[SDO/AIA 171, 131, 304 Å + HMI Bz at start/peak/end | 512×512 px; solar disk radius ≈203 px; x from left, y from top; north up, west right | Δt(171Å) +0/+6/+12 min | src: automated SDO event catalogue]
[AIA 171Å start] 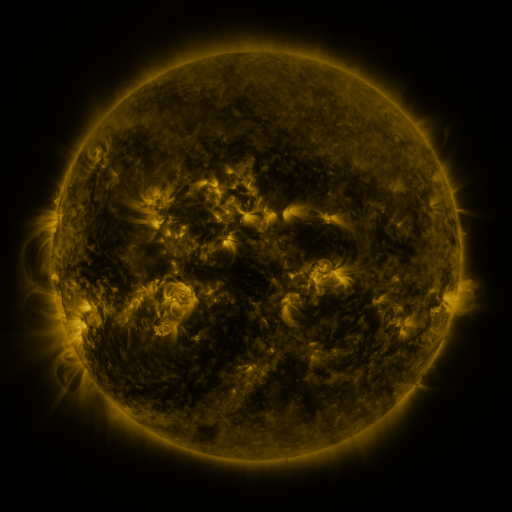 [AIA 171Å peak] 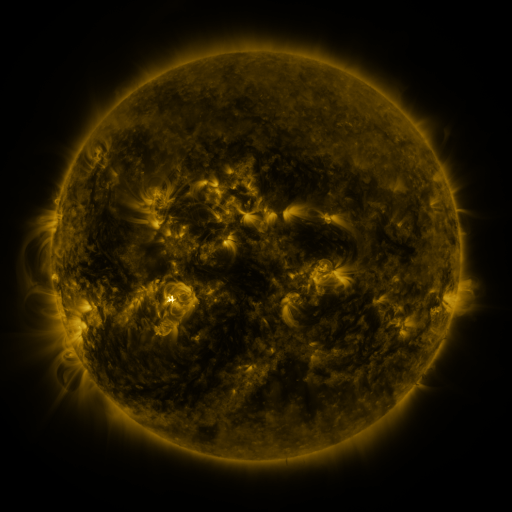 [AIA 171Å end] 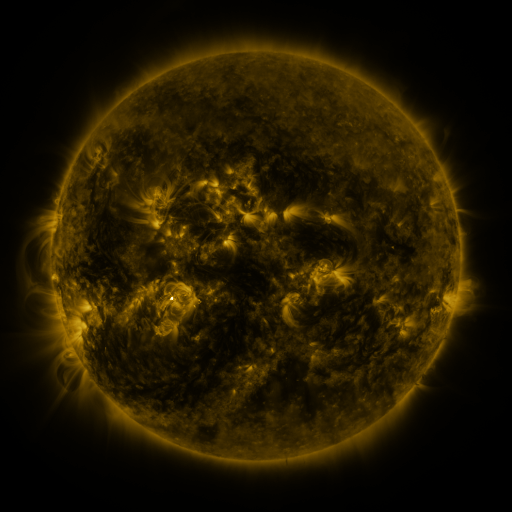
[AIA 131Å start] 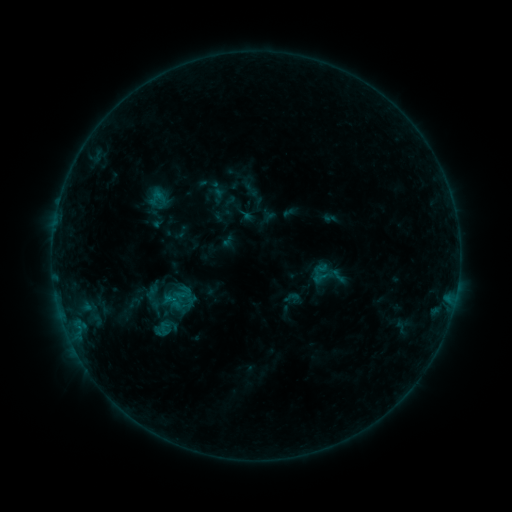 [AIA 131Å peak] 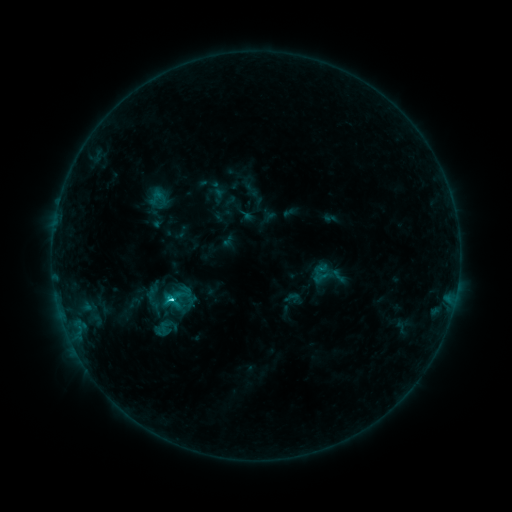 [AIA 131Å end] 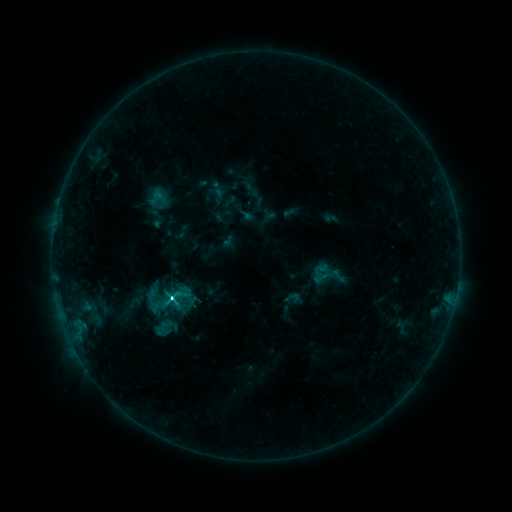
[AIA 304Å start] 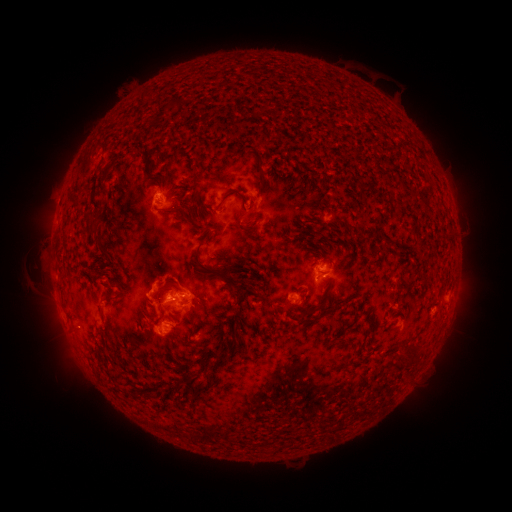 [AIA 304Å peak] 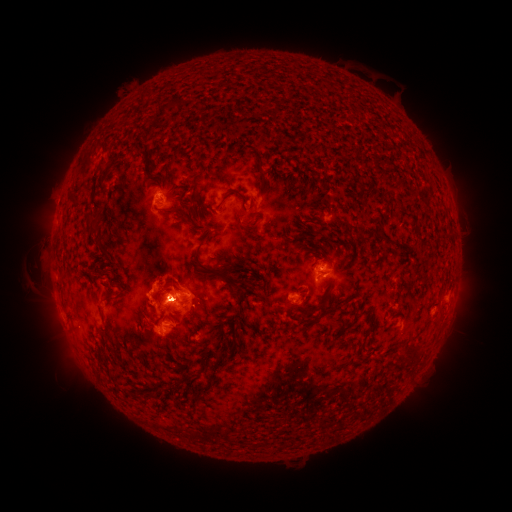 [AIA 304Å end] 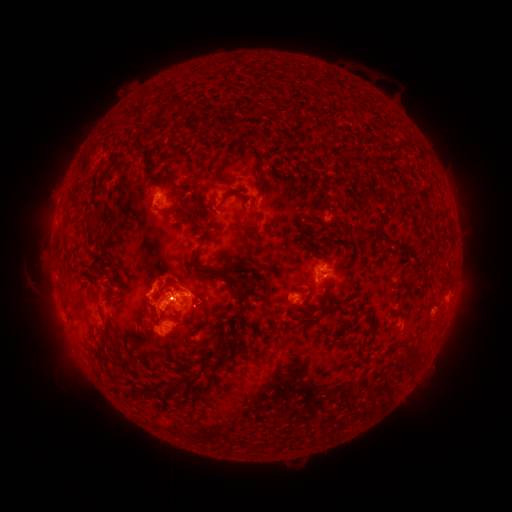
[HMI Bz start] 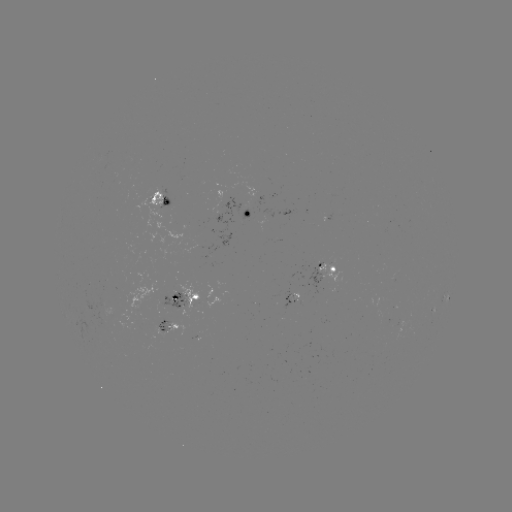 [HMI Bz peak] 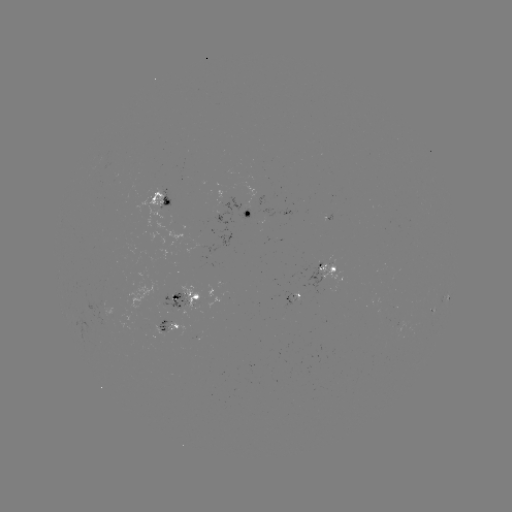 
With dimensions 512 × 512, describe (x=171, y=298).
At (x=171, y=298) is M1.4 flare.